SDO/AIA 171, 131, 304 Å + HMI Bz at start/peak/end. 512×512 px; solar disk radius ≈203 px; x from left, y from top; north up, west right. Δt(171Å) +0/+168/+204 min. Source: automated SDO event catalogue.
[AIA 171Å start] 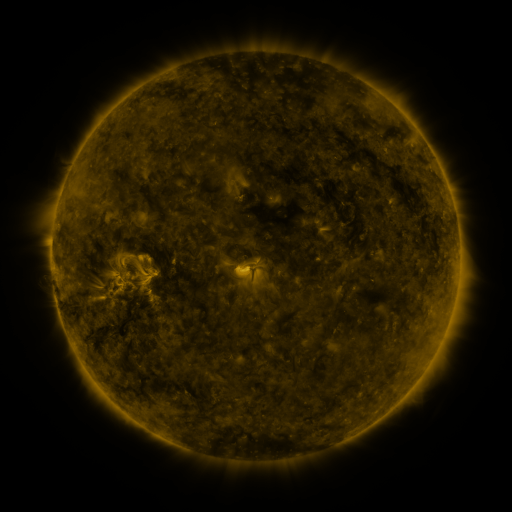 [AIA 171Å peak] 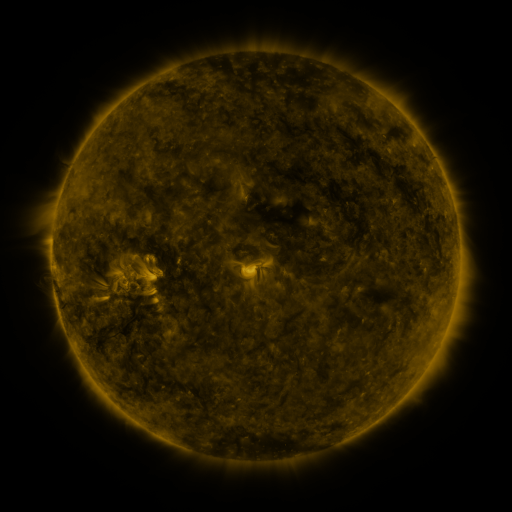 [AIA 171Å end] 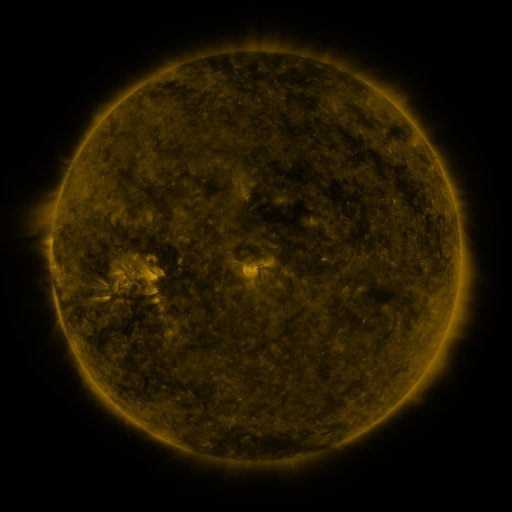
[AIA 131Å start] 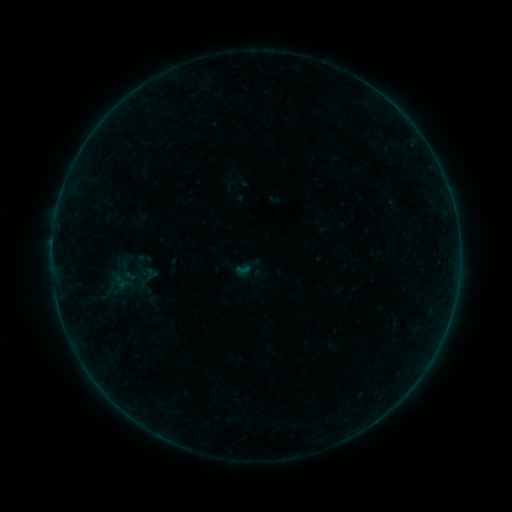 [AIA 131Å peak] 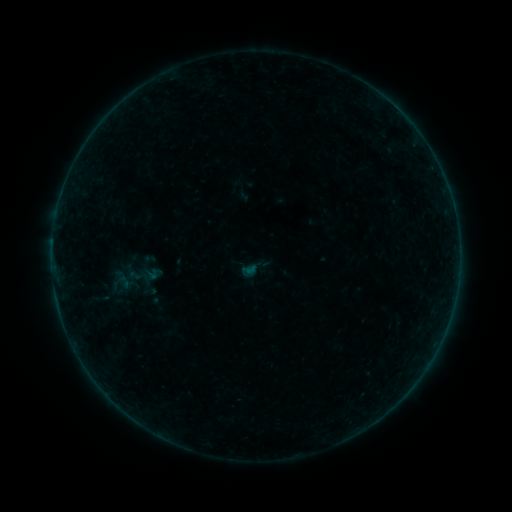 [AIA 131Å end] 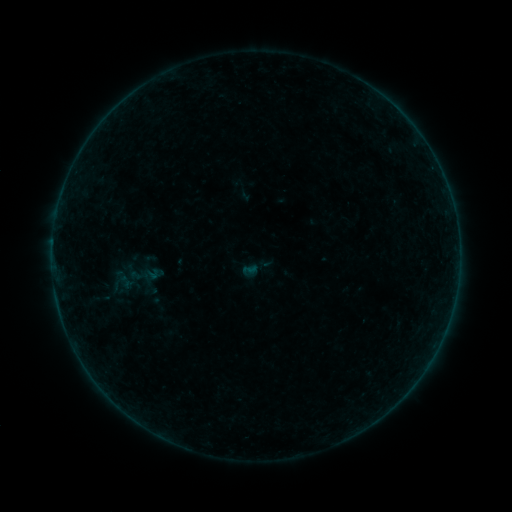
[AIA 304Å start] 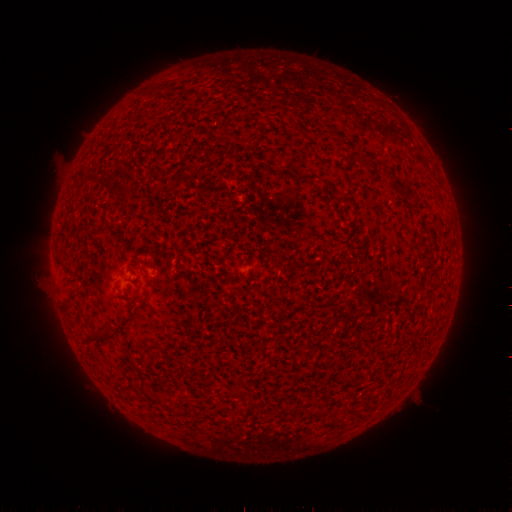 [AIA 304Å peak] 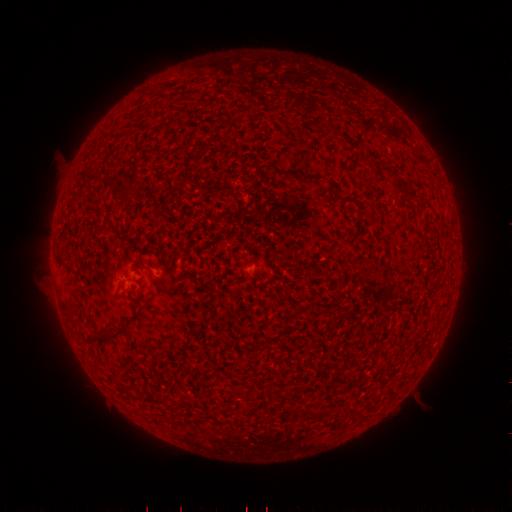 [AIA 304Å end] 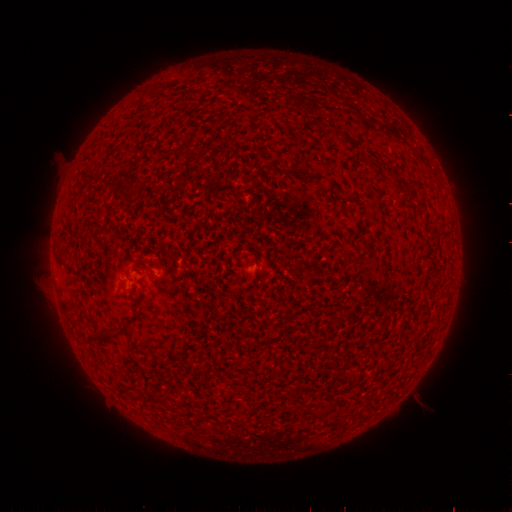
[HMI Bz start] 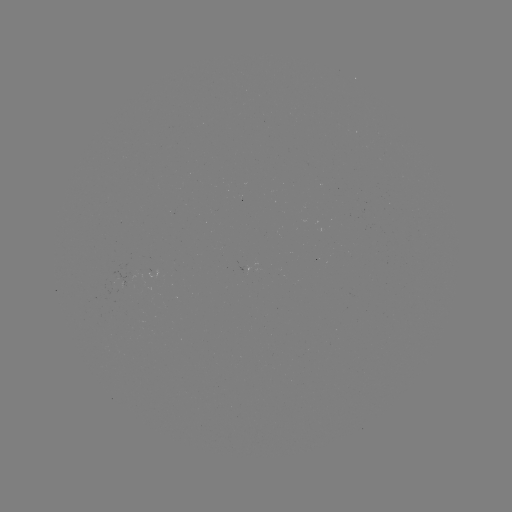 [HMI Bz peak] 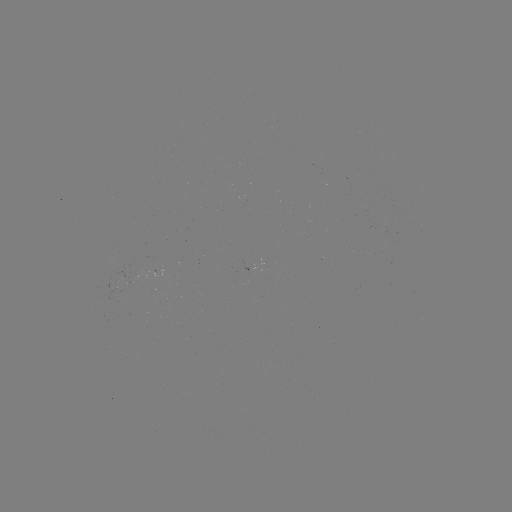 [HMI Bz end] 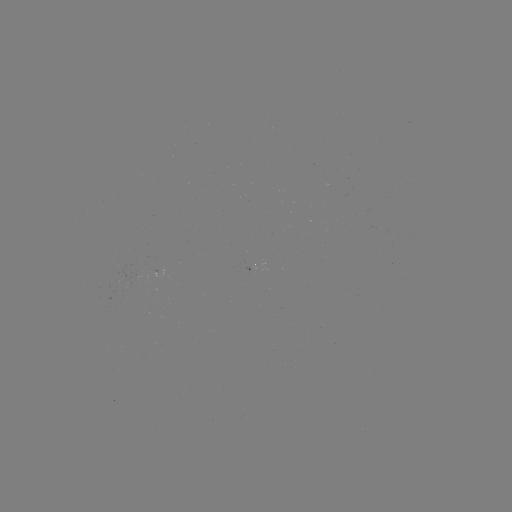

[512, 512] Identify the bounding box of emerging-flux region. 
[244, 265, 262, 272].